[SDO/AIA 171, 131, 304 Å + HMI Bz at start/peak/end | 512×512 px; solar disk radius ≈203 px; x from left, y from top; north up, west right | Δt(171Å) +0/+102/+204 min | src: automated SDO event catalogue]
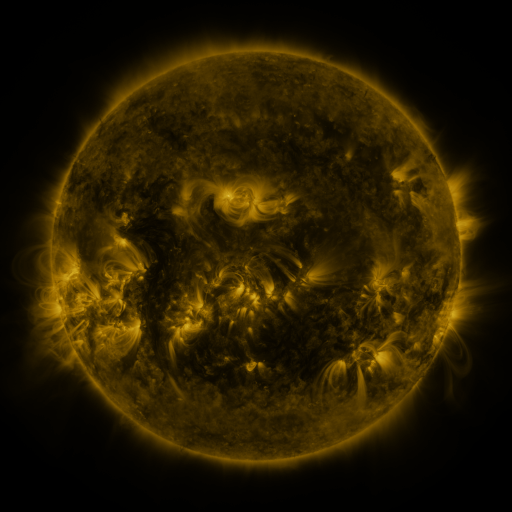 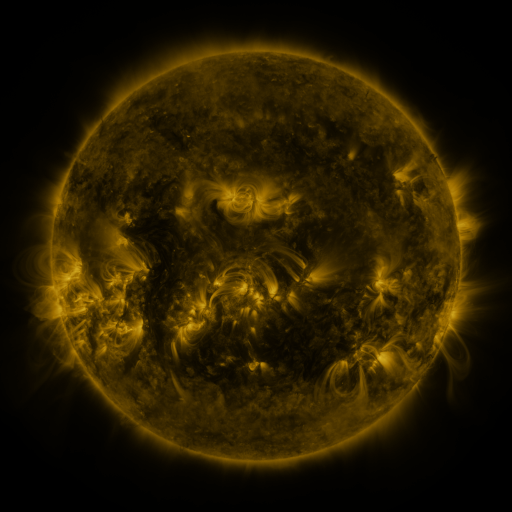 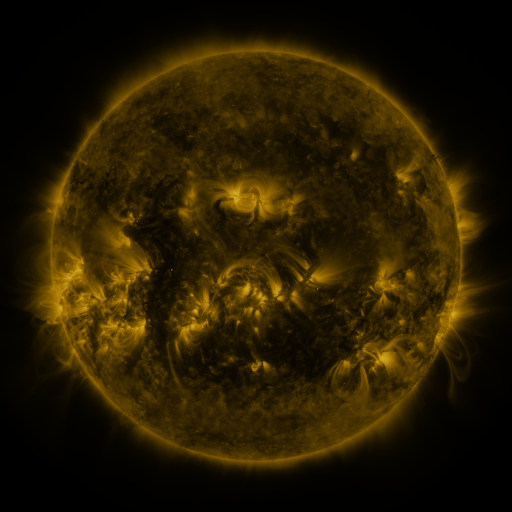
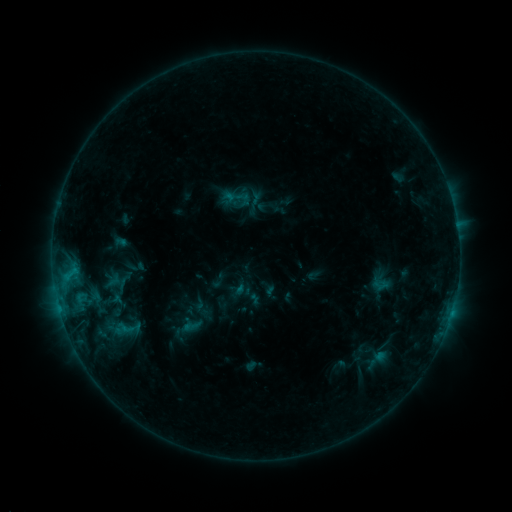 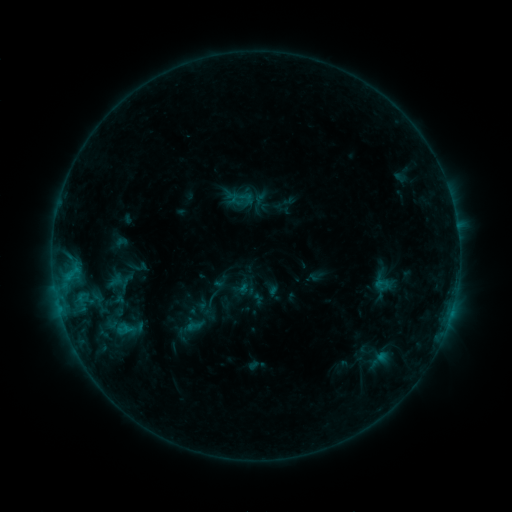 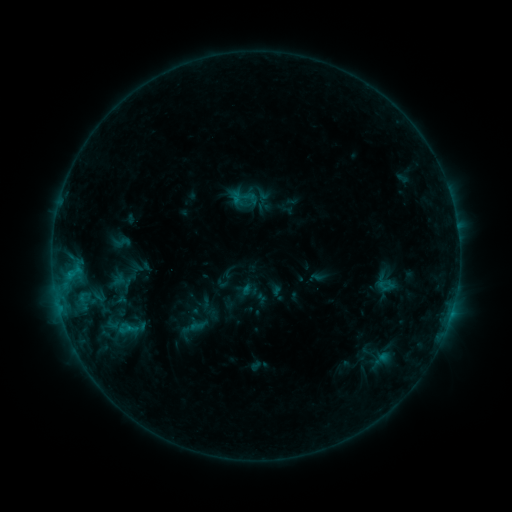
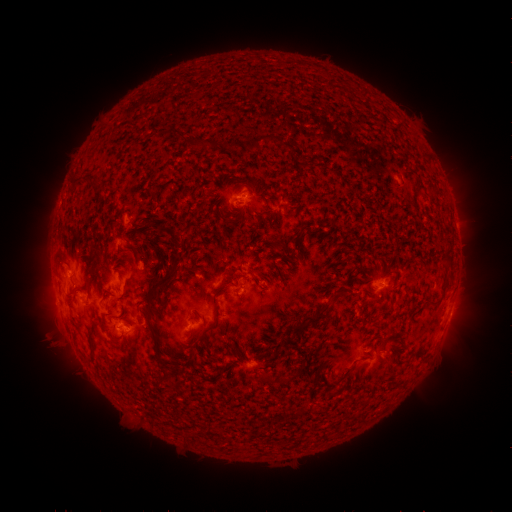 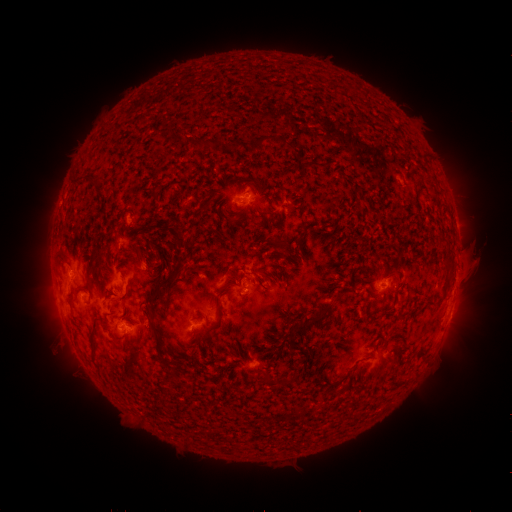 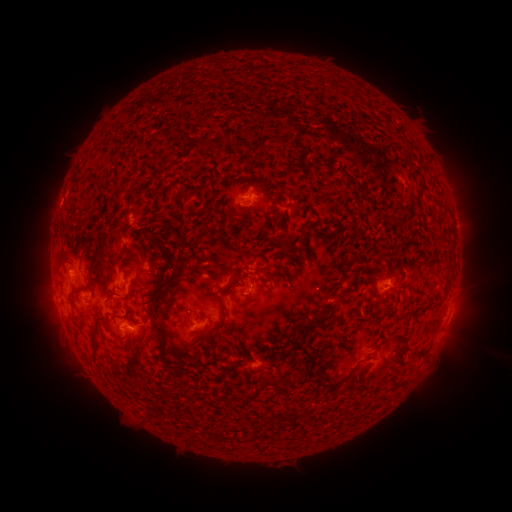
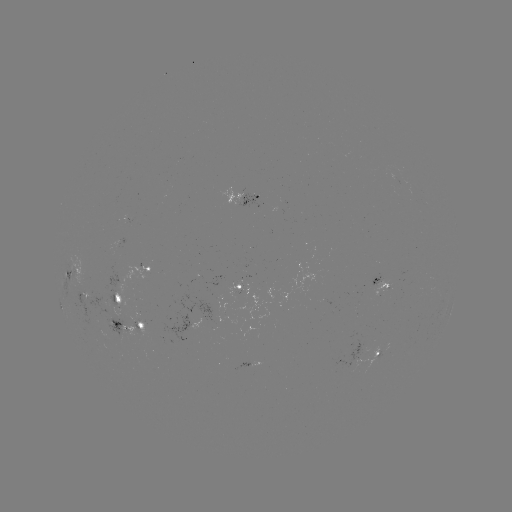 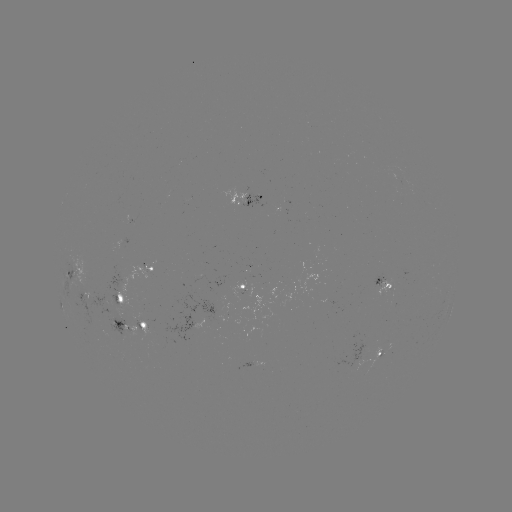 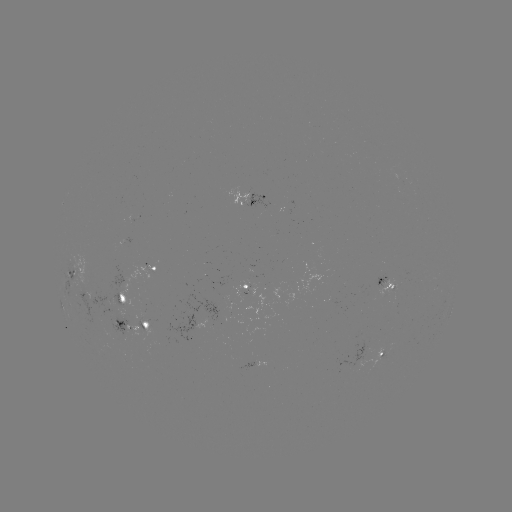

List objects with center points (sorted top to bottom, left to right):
filament eruption: (460, 262)
